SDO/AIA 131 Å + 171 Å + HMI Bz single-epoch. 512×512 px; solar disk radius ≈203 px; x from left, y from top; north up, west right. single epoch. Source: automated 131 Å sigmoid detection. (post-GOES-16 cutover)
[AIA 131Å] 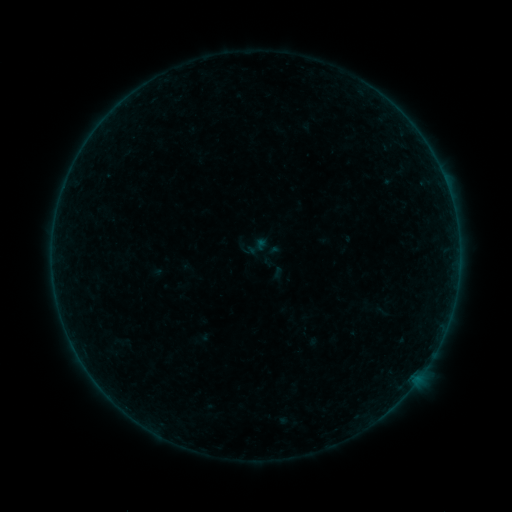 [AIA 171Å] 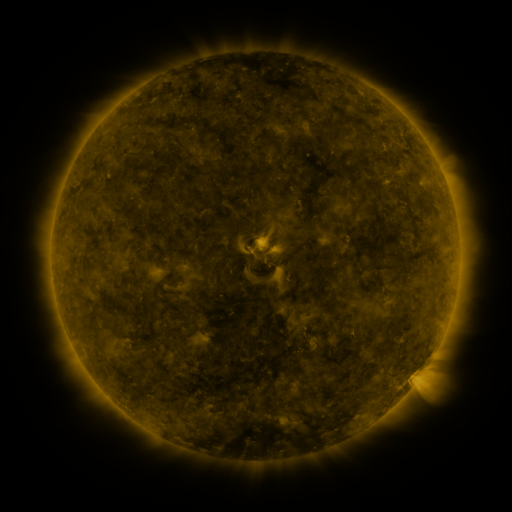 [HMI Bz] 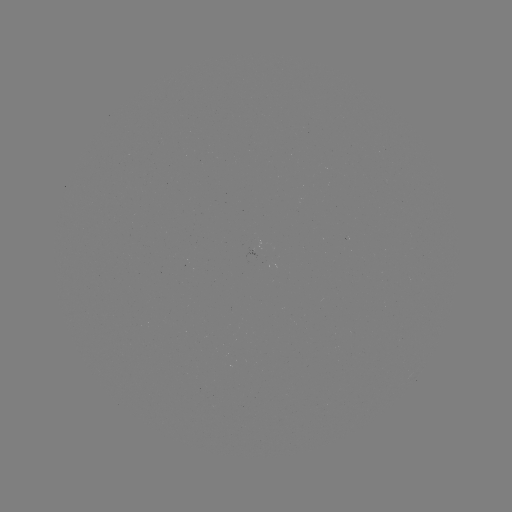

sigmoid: <bbox>245, 235, 269, 258</bbox>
